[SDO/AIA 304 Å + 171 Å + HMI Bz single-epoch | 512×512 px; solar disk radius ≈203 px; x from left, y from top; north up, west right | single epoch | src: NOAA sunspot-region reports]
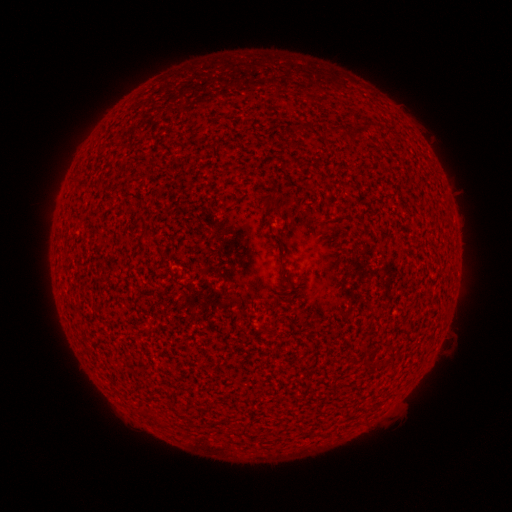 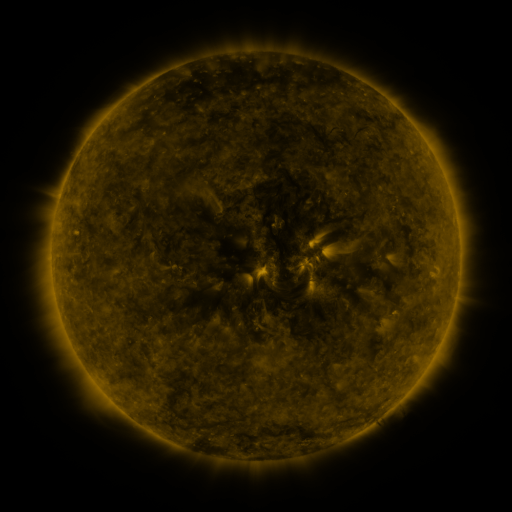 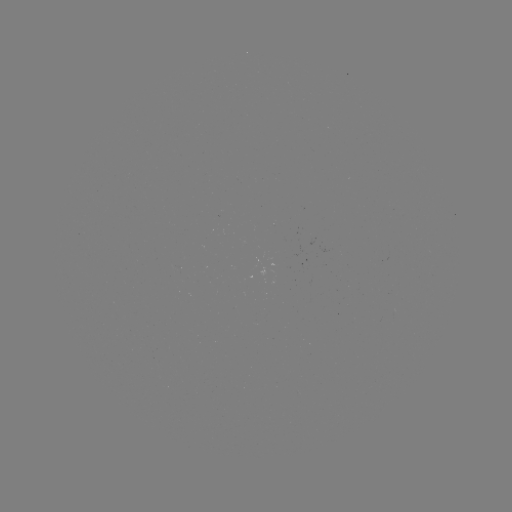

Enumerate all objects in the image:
(none)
